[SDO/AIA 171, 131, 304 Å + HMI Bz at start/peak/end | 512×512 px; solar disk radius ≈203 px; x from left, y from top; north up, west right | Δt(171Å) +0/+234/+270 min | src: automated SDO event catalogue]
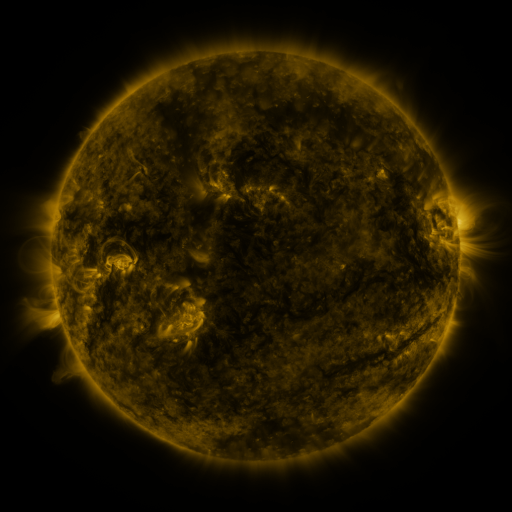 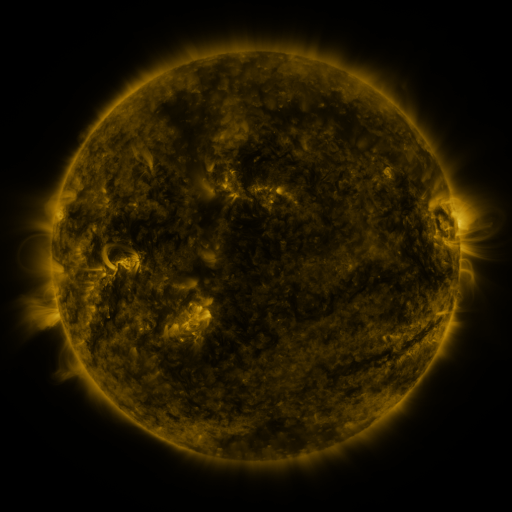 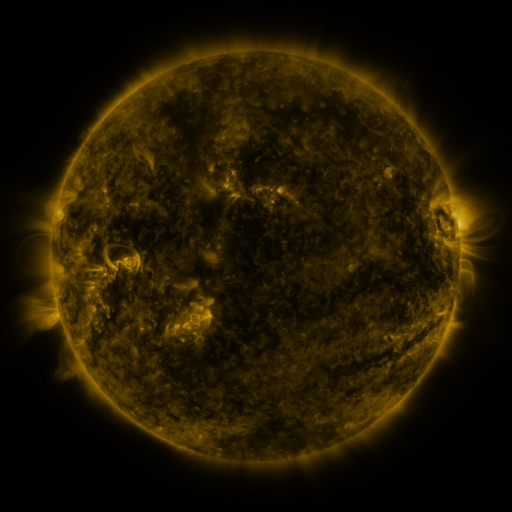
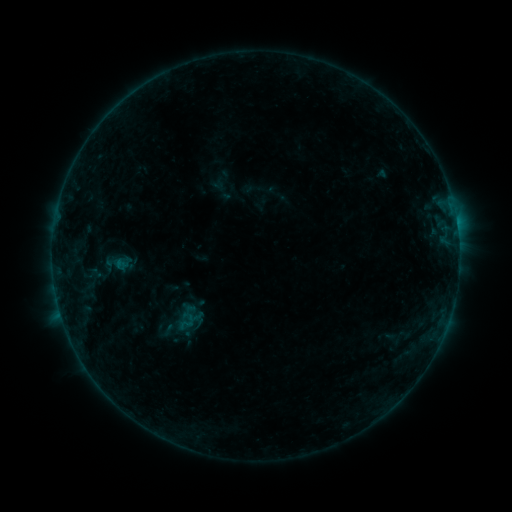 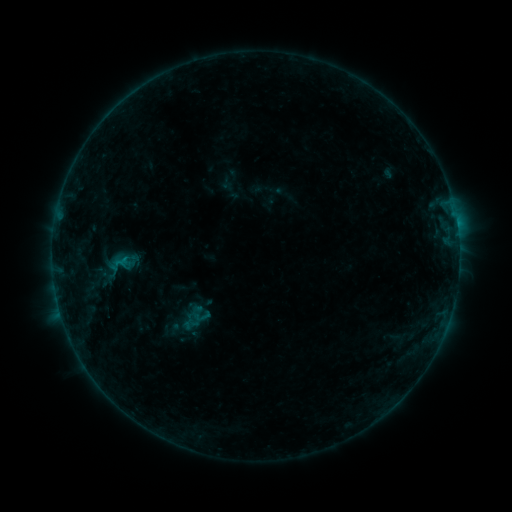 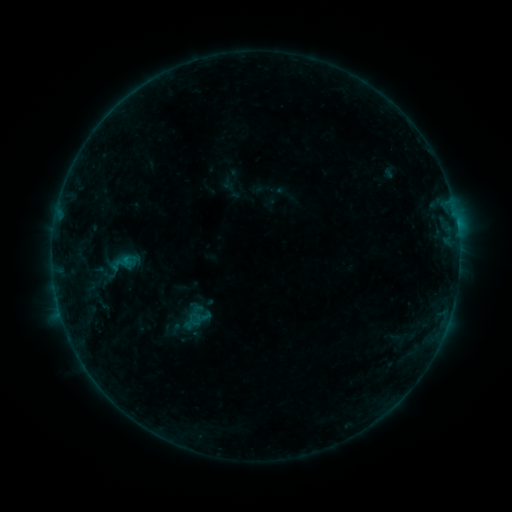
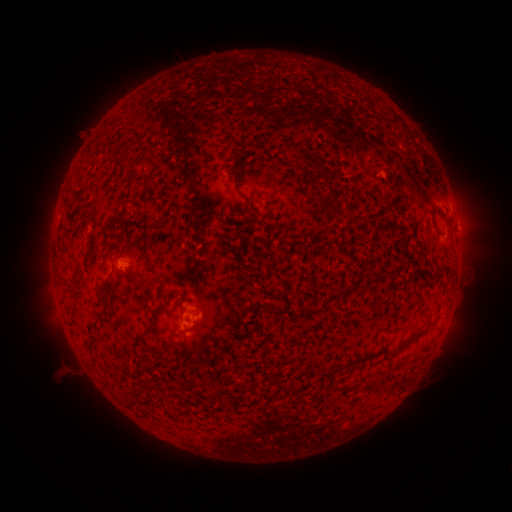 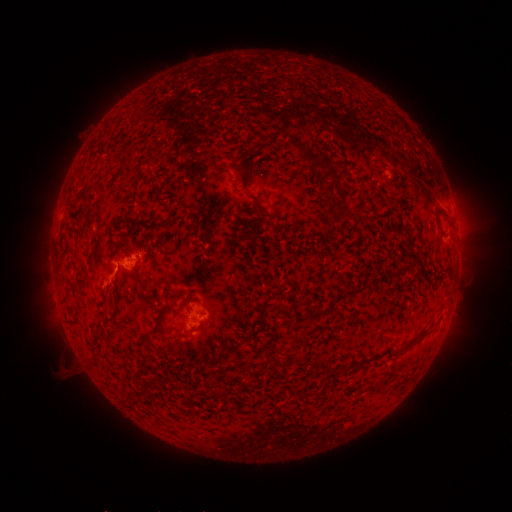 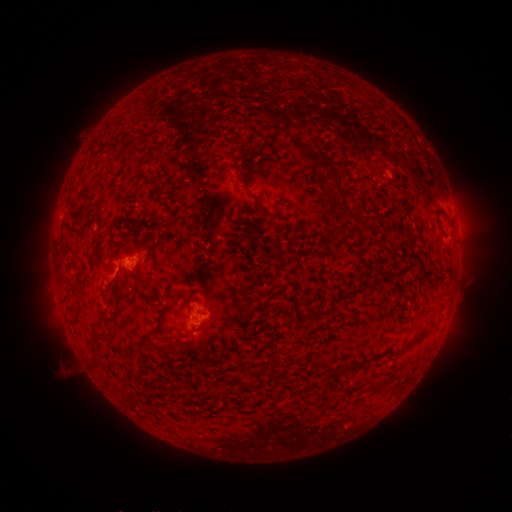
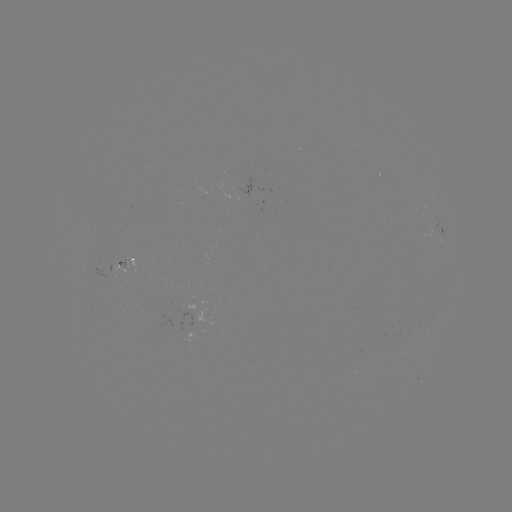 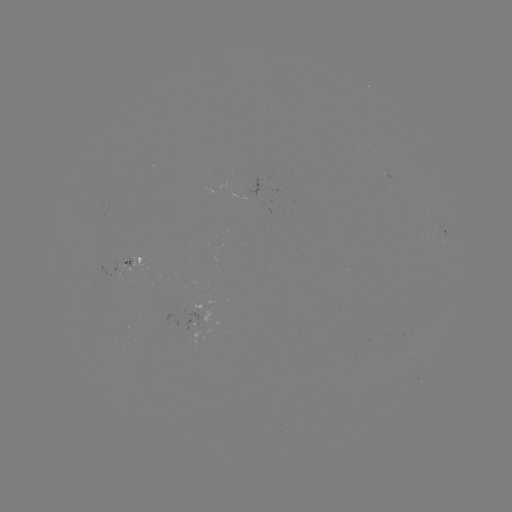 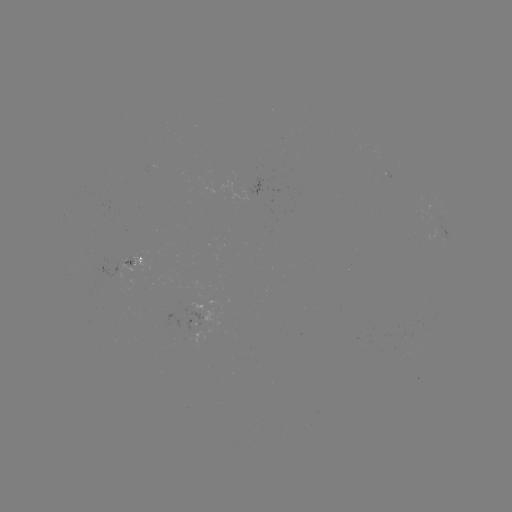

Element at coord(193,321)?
emerging-flux region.